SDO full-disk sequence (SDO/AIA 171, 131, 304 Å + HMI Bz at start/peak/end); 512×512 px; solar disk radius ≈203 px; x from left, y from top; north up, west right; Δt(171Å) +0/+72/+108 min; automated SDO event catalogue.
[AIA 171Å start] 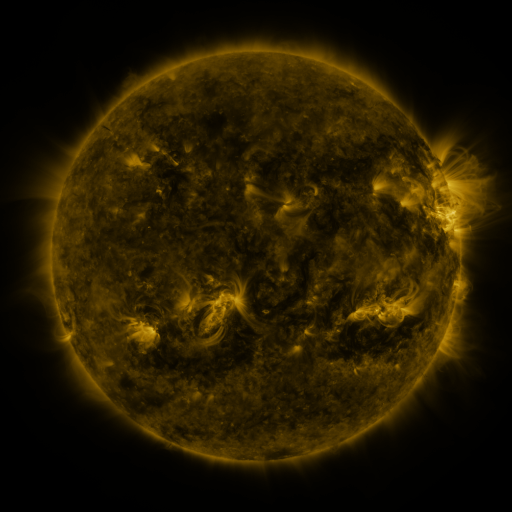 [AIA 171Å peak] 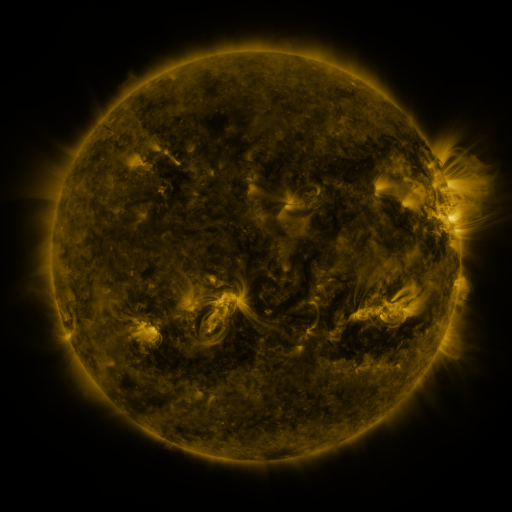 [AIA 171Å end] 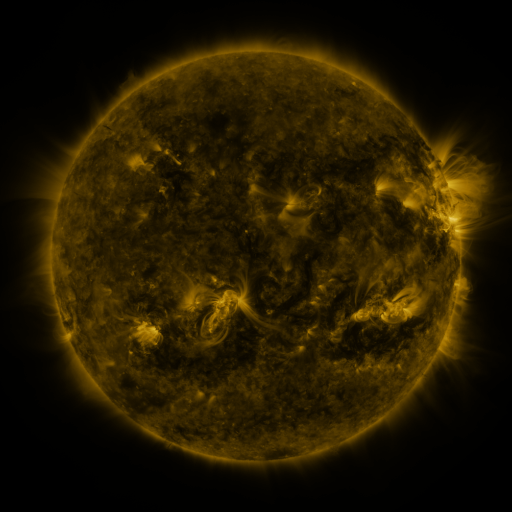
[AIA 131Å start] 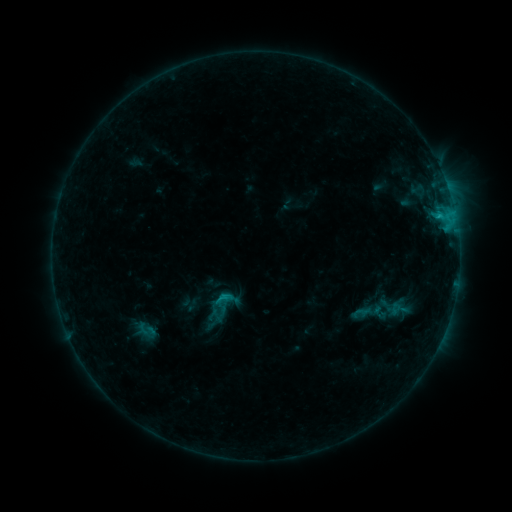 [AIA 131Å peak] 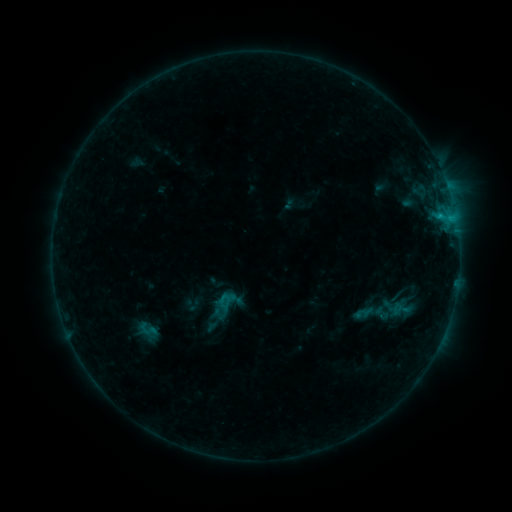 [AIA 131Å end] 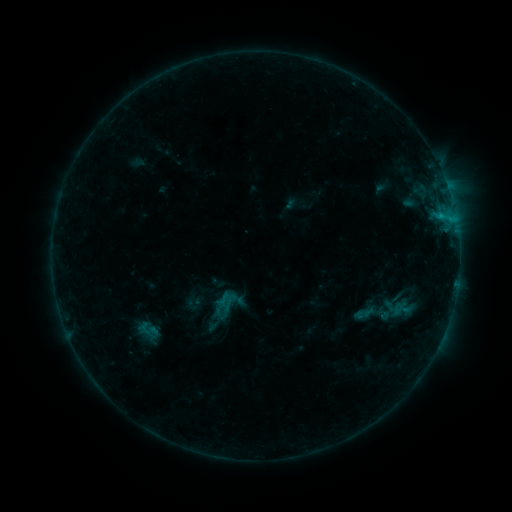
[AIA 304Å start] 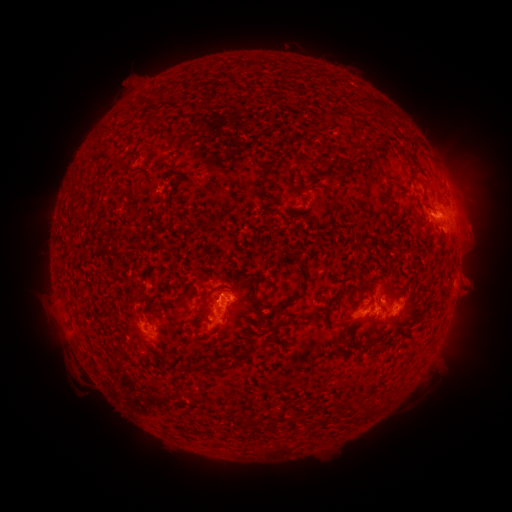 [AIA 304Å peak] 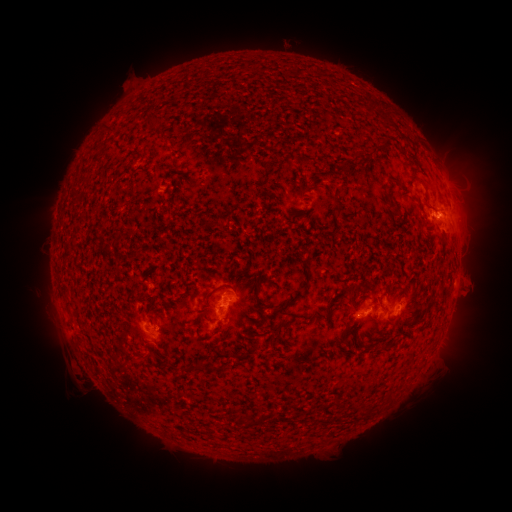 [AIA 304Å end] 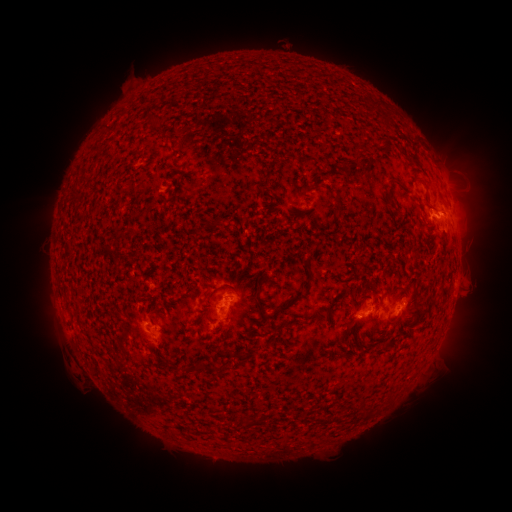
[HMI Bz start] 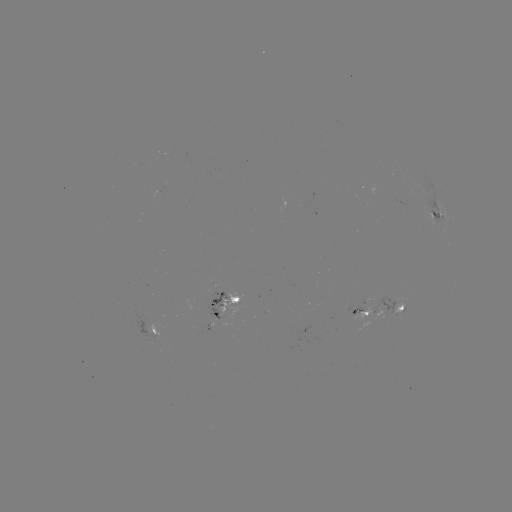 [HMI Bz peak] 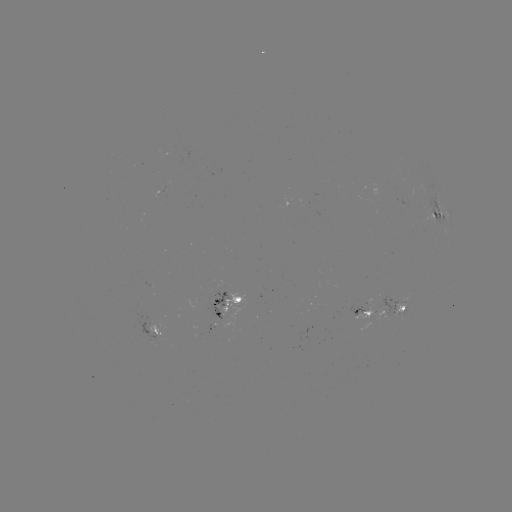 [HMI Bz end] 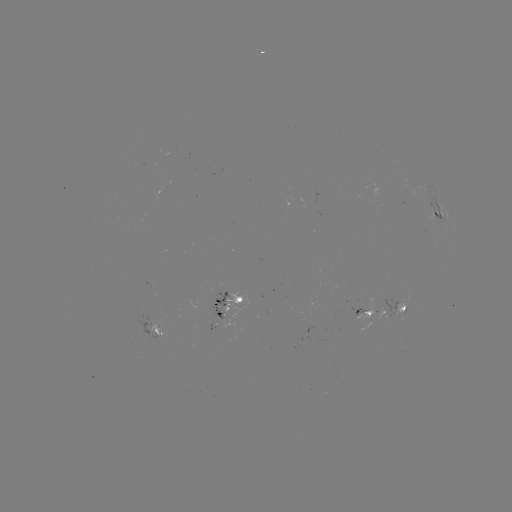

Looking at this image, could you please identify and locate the emerging-flux region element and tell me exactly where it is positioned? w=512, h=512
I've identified emerging-flux region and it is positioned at [307, 198].